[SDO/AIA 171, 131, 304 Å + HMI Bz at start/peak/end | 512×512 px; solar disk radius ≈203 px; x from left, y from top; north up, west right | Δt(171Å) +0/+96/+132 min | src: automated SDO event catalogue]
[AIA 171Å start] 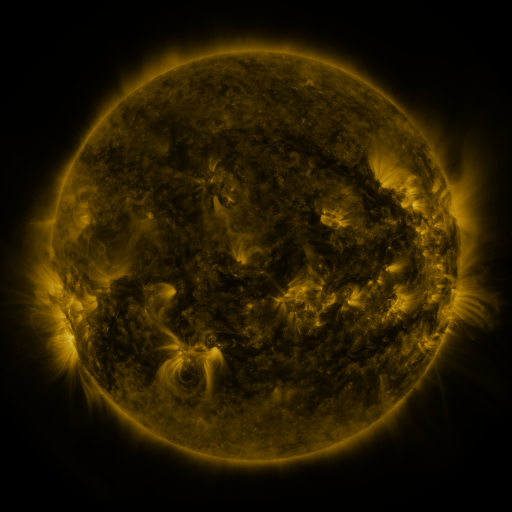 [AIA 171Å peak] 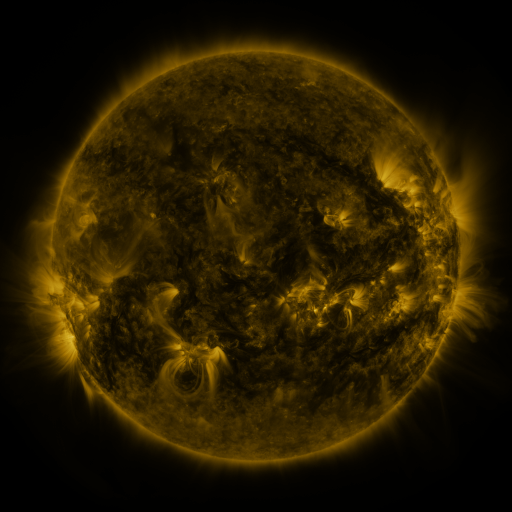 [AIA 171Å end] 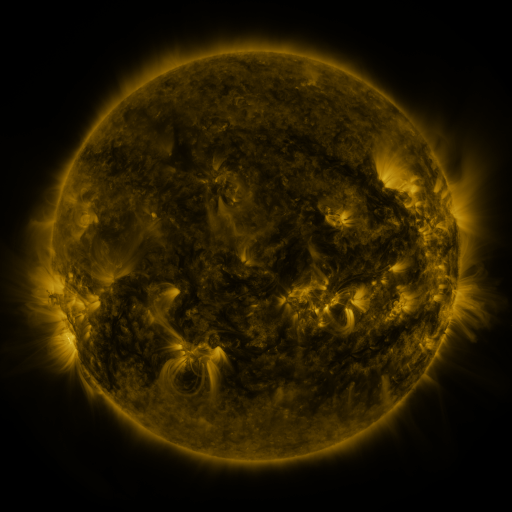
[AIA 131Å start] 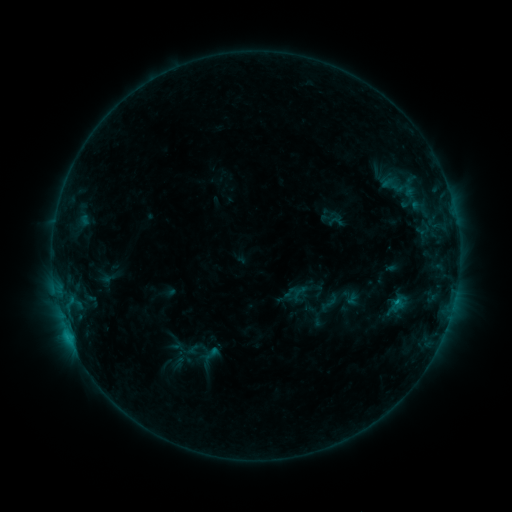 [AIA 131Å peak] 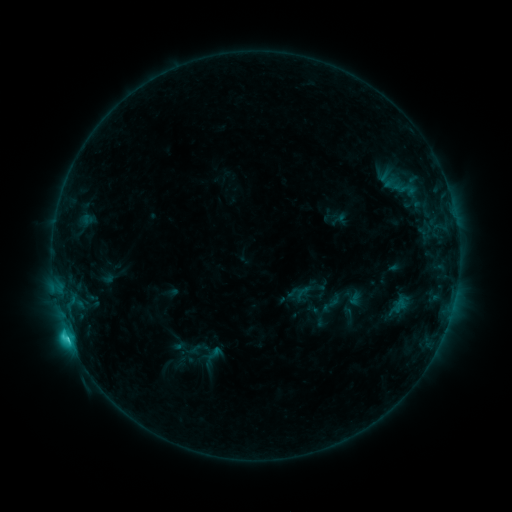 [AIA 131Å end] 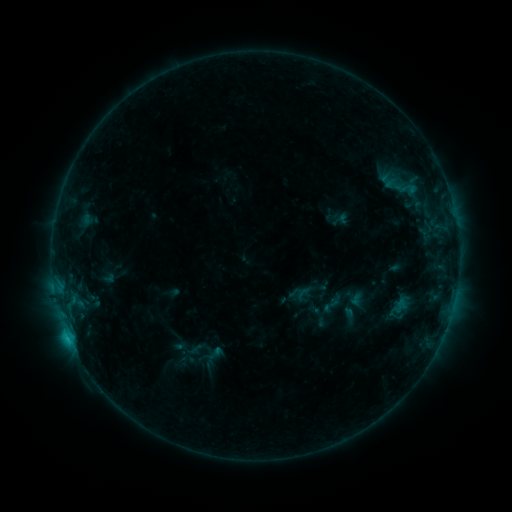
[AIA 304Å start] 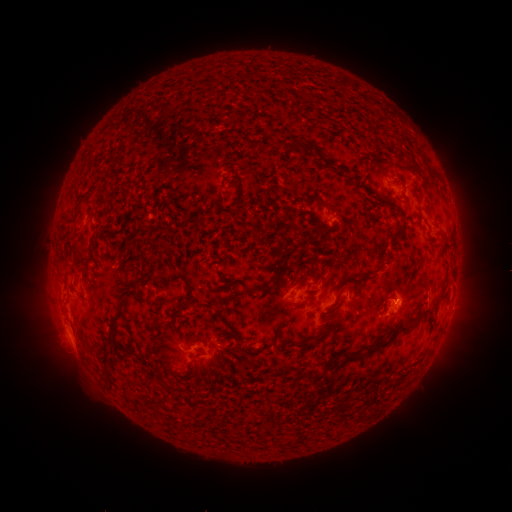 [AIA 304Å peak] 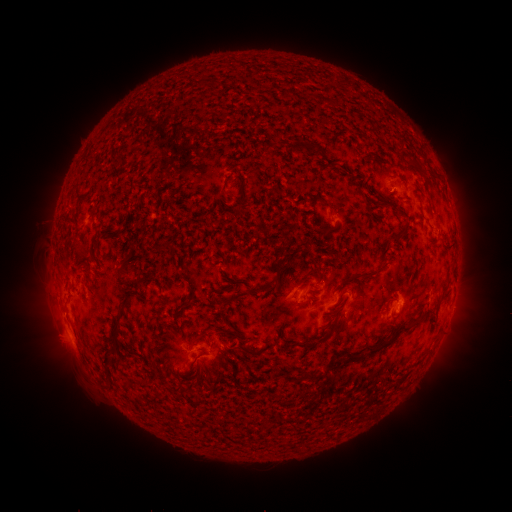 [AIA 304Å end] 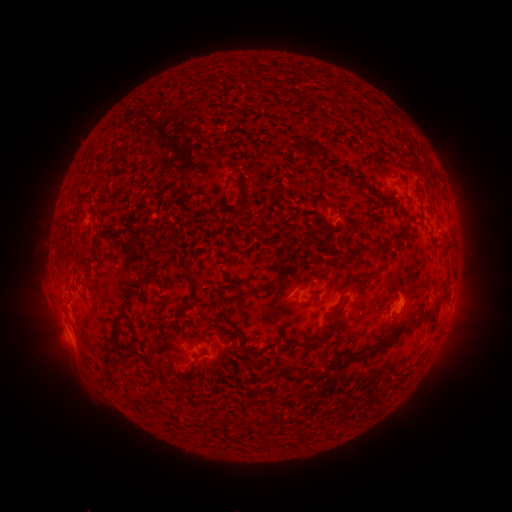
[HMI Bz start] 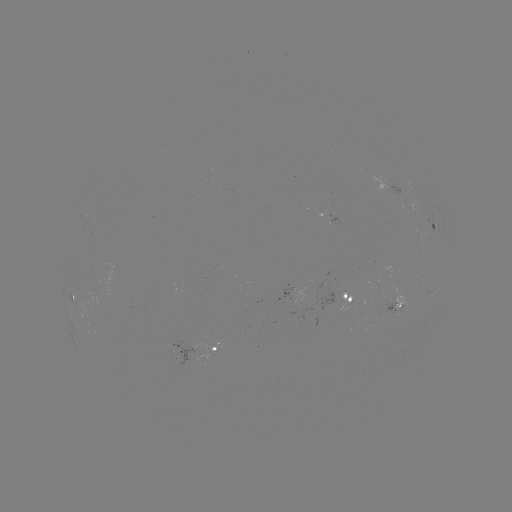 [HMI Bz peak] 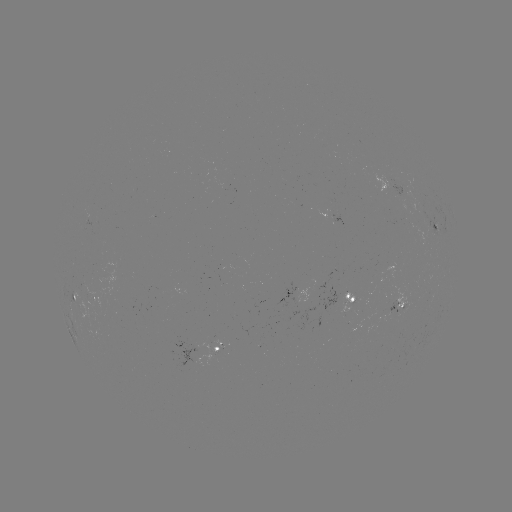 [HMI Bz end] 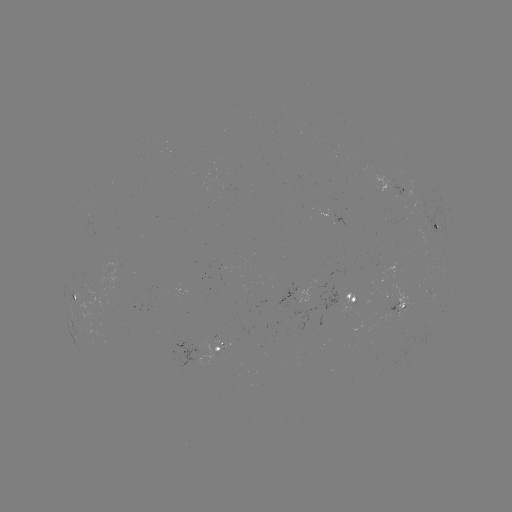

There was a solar emerging-flux region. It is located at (386, 183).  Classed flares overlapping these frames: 2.